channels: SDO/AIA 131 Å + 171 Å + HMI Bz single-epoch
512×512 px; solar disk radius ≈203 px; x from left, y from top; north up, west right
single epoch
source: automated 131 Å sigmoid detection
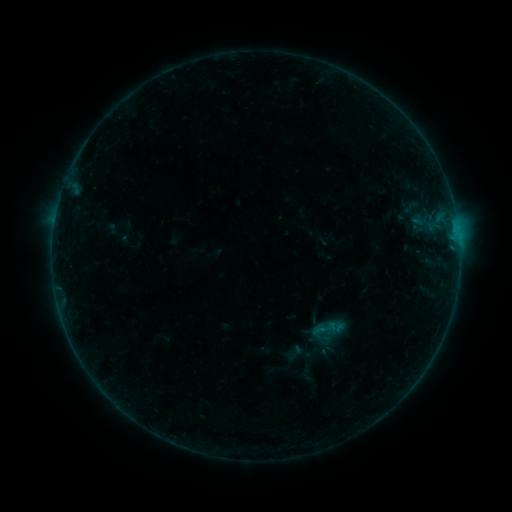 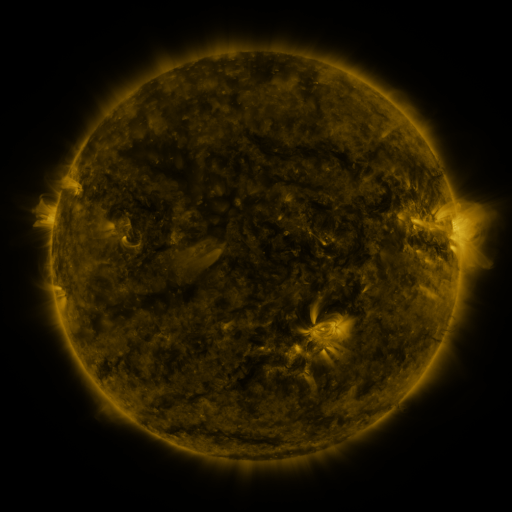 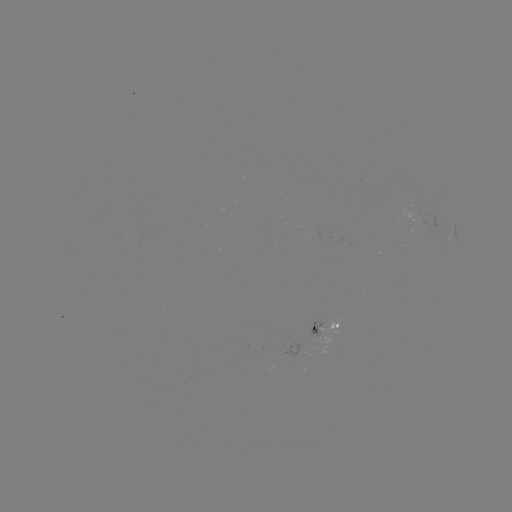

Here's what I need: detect sigmoid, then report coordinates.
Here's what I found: sigmoid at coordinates [325, 328].